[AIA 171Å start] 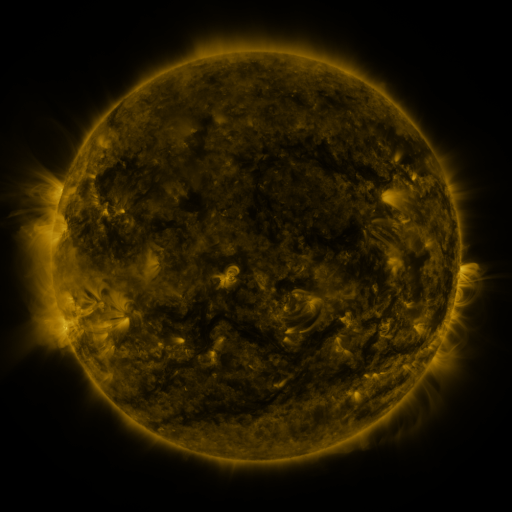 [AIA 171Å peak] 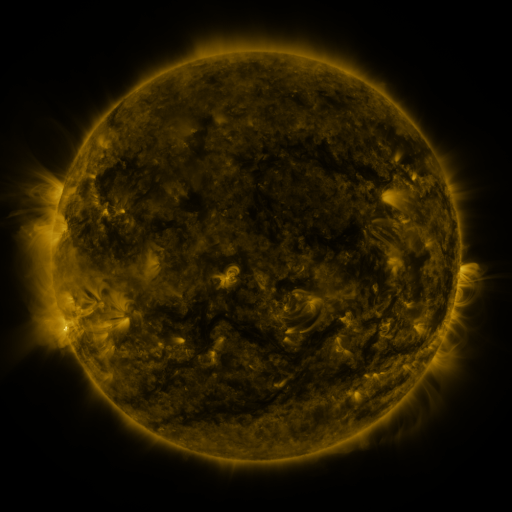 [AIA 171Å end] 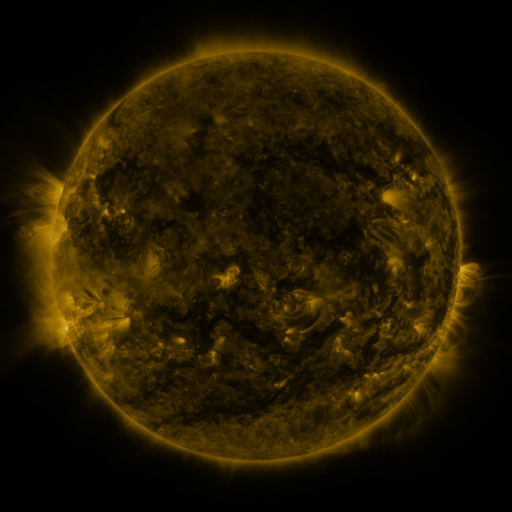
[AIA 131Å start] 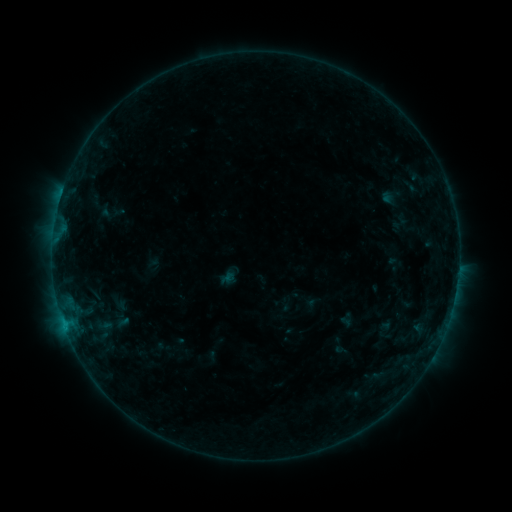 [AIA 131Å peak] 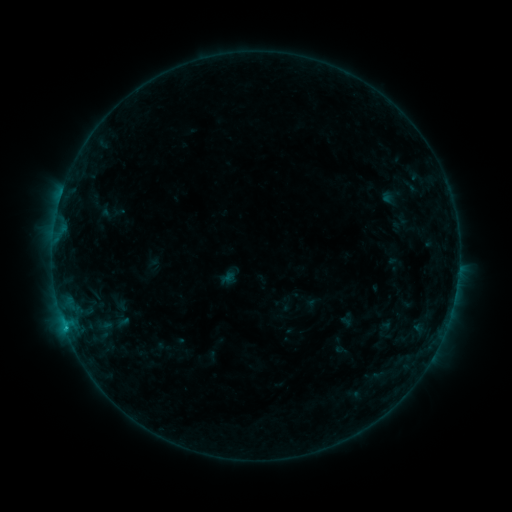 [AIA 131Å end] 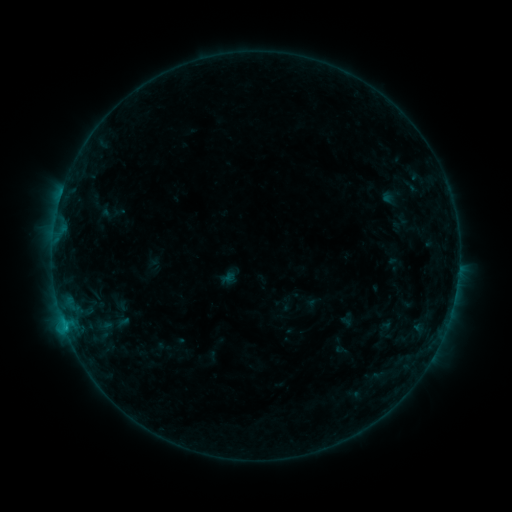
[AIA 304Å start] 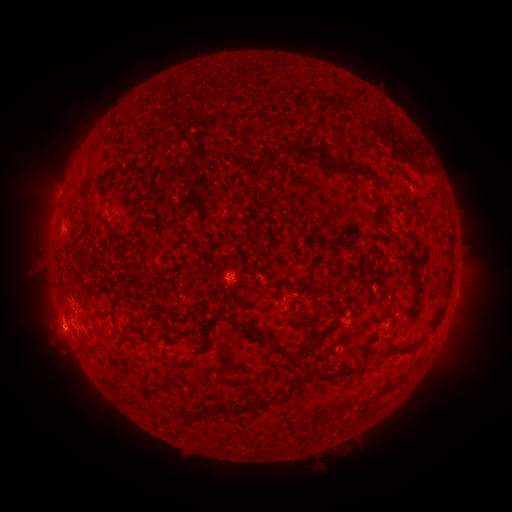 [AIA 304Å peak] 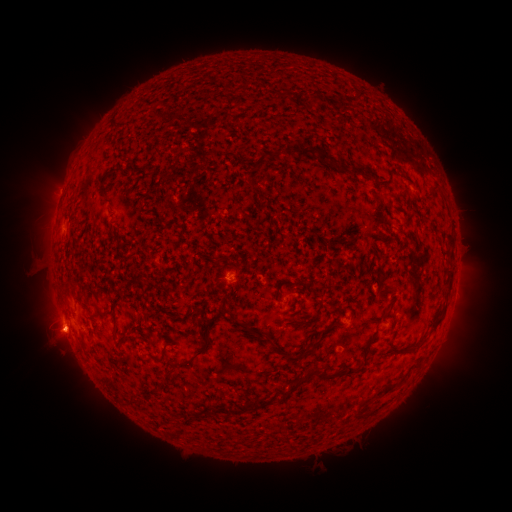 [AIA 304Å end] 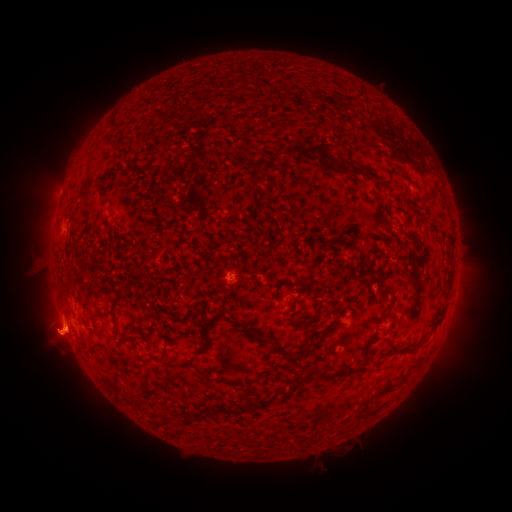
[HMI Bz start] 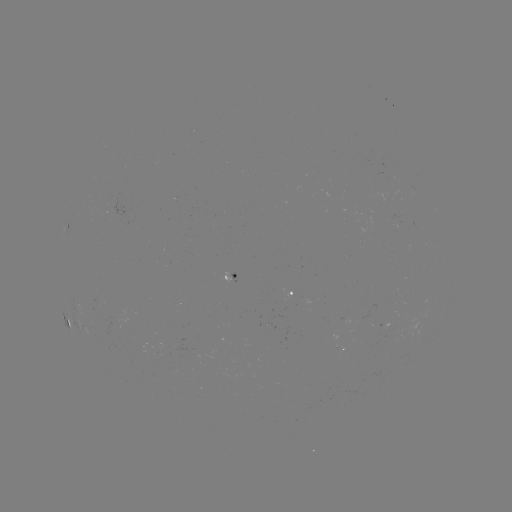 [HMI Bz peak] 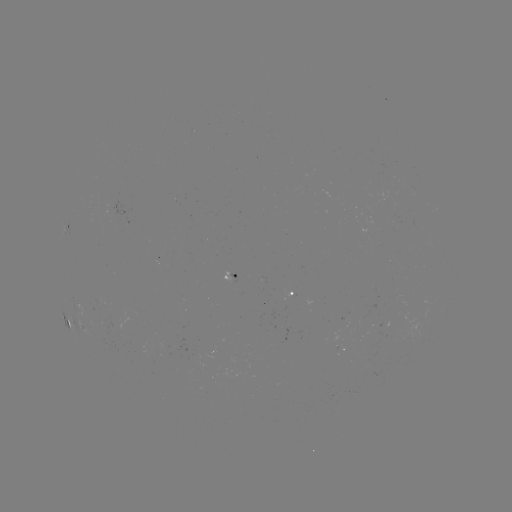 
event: flare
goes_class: B4.2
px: (65, 326)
